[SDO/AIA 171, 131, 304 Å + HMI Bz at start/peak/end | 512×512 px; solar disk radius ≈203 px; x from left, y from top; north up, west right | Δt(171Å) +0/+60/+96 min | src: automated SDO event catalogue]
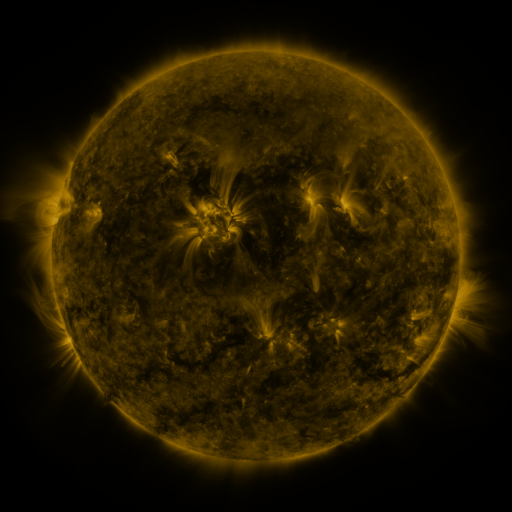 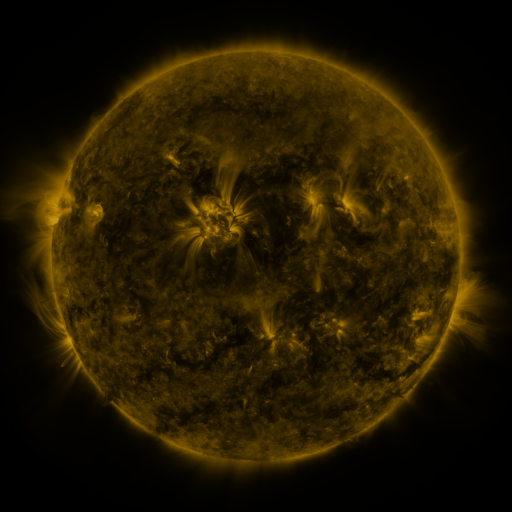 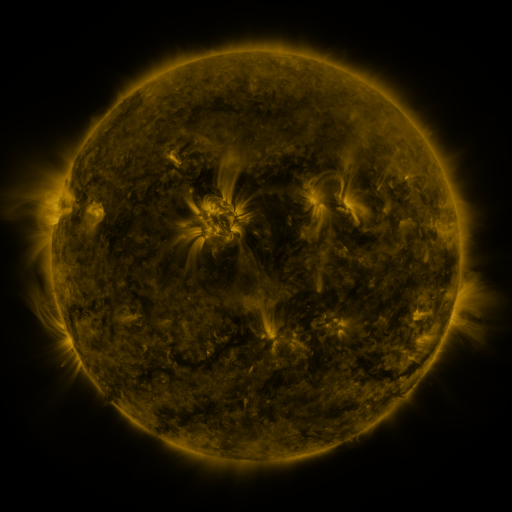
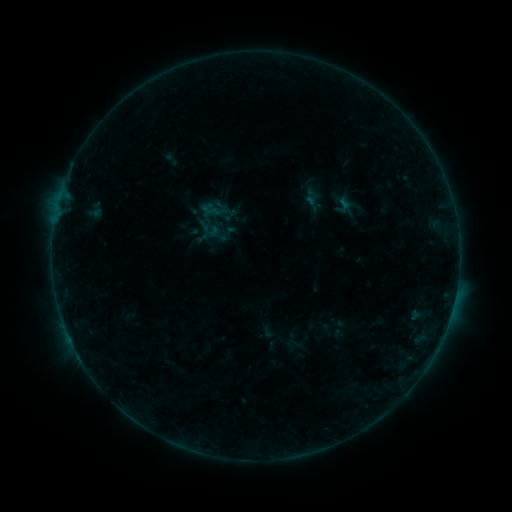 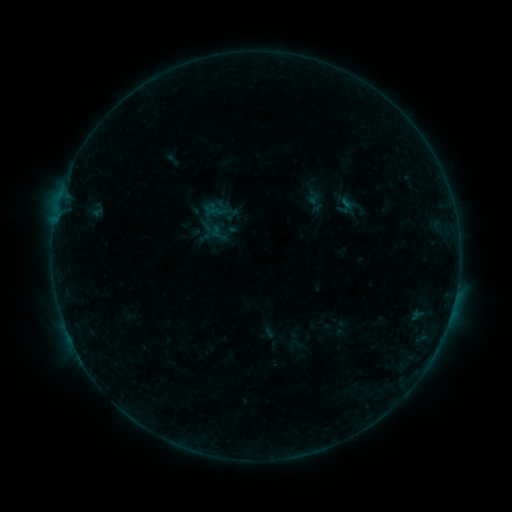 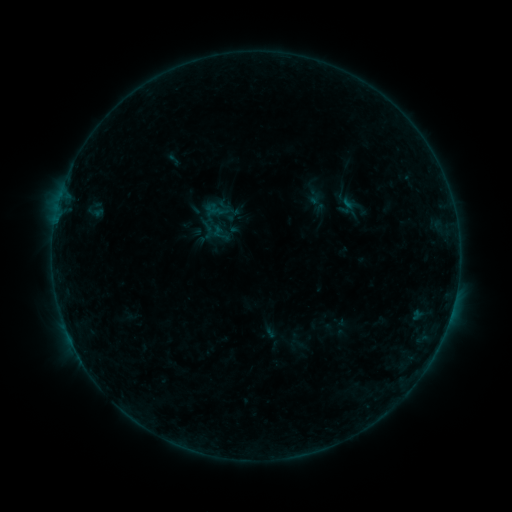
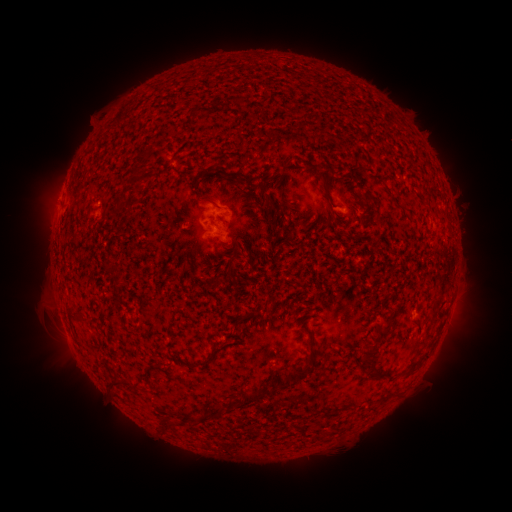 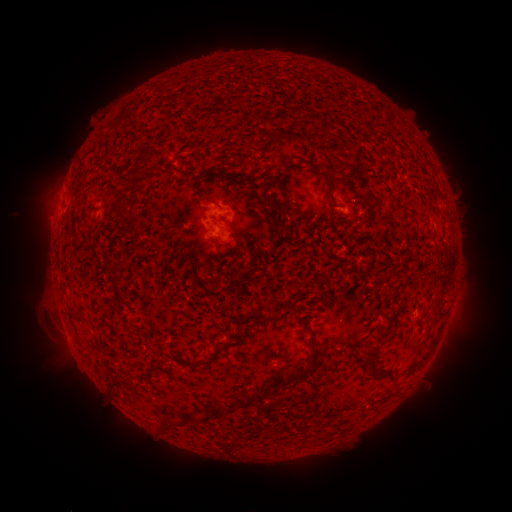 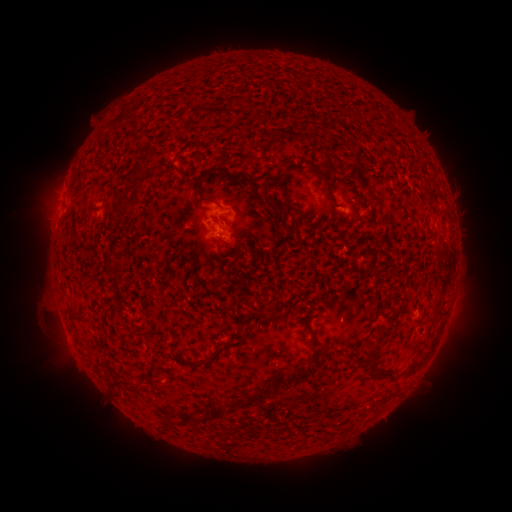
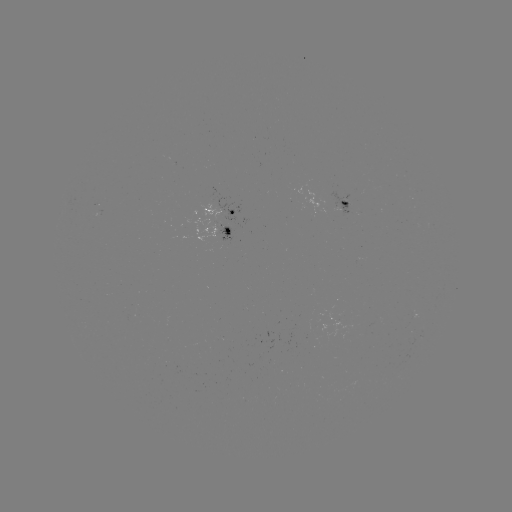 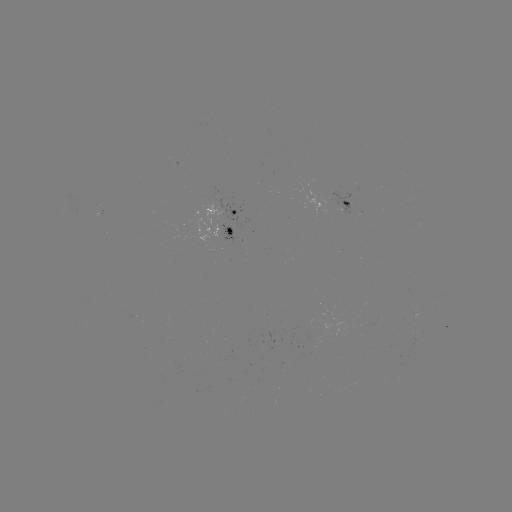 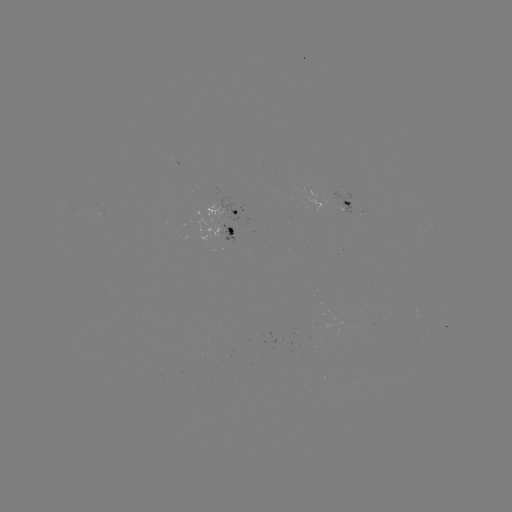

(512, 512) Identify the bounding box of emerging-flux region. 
[194, 206, 221, 243].